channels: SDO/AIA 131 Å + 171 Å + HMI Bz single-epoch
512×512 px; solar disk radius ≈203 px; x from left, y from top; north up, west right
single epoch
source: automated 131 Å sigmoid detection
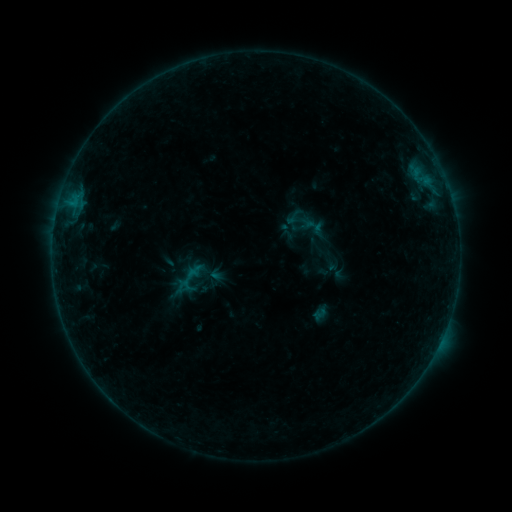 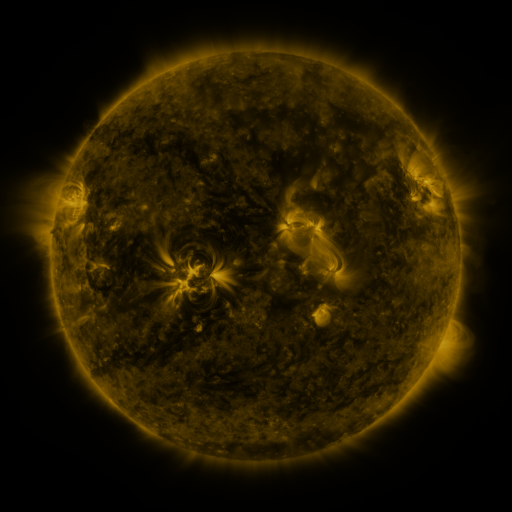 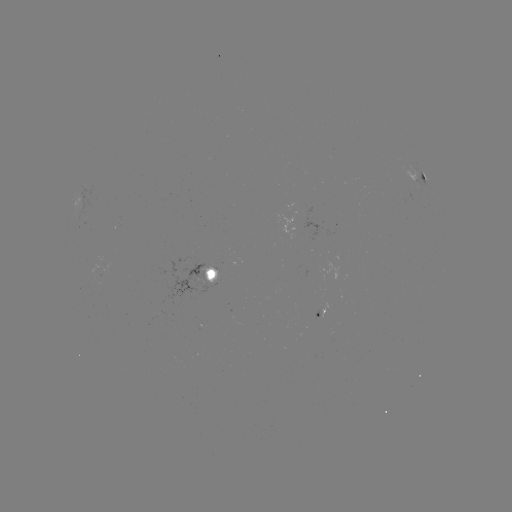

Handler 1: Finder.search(sigmoid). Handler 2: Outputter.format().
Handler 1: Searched sigmoid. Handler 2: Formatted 294,217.